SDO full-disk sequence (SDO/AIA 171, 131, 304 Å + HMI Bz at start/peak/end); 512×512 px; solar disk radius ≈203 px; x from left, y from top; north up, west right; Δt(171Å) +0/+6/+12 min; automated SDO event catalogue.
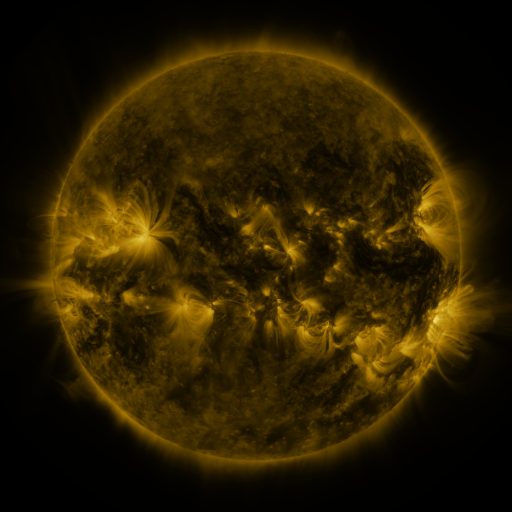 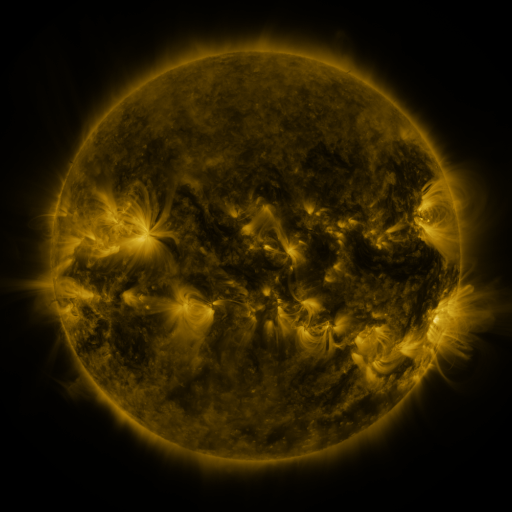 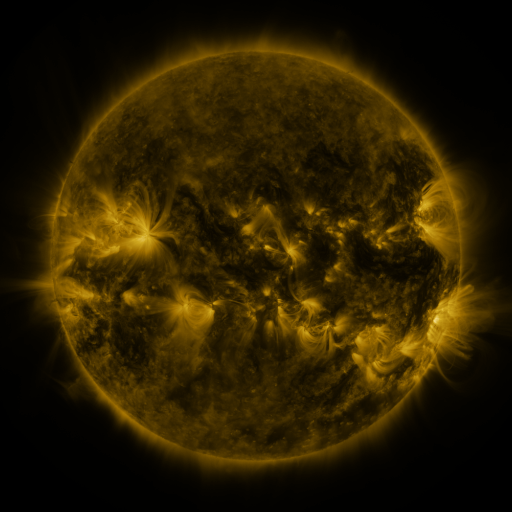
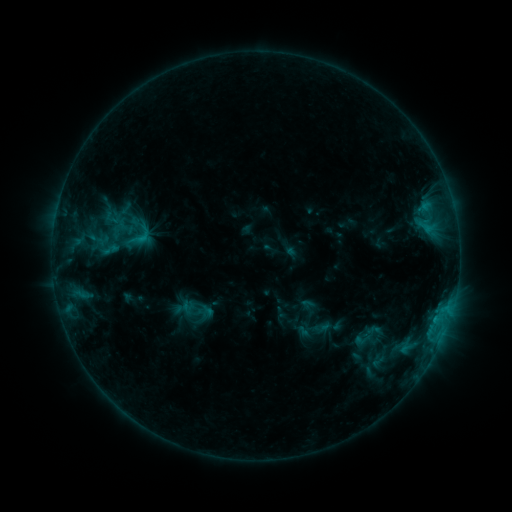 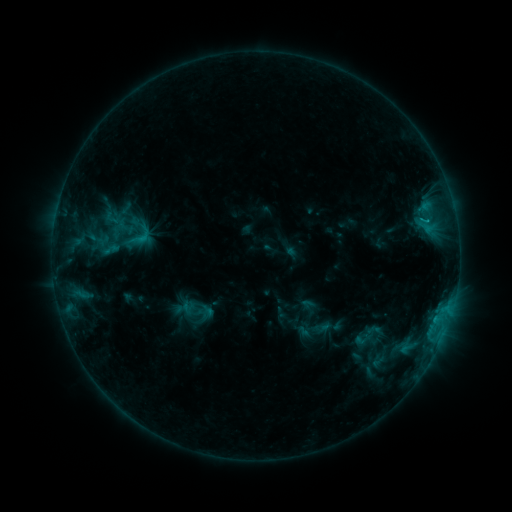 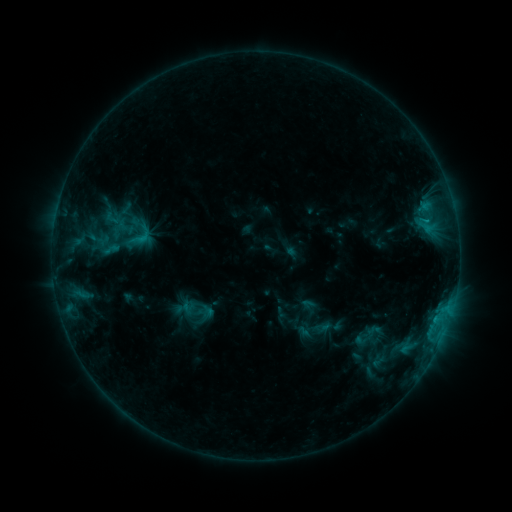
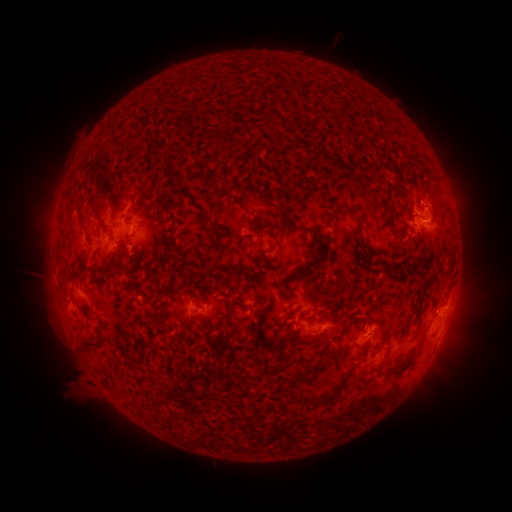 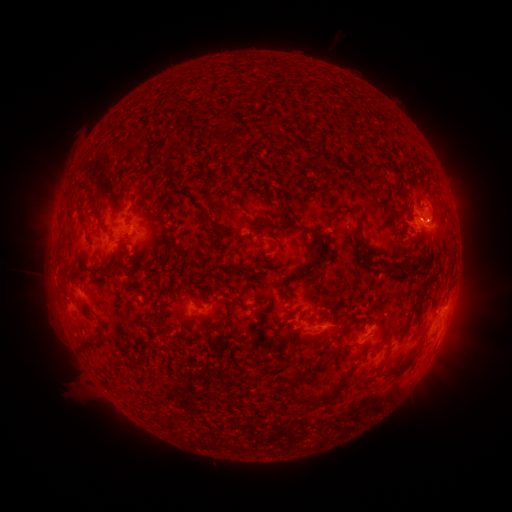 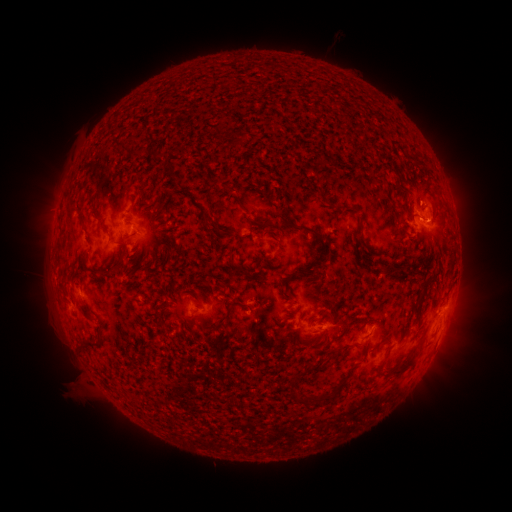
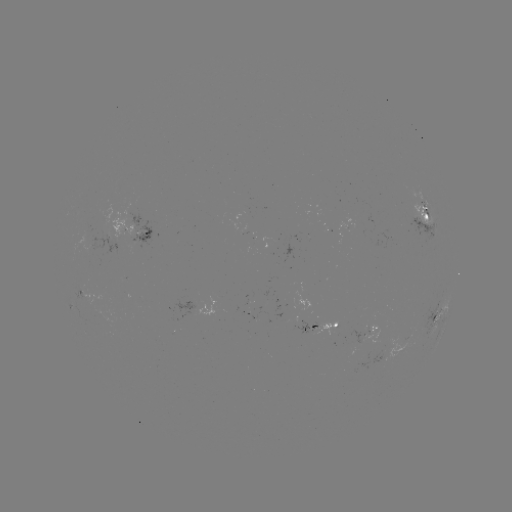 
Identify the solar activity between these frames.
B8.7 flare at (426, 223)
